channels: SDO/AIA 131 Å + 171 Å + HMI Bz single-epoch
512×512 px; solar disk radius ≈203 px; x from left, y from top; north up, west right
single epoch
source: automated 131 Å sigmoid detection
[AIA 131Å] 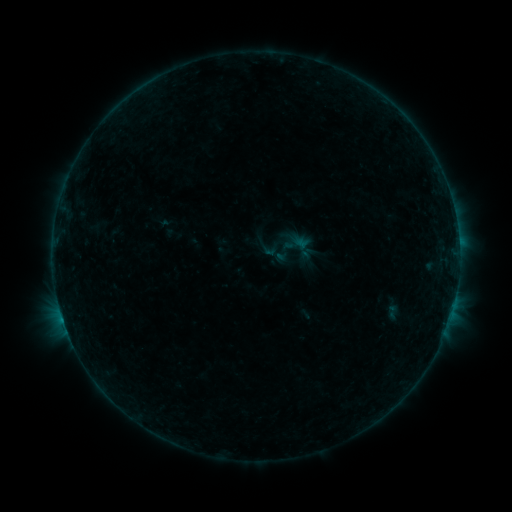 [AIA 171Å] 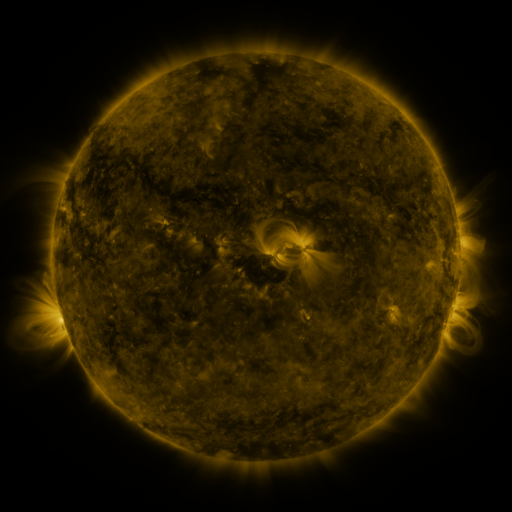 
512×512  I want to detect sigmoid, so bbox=[280, 229, 316, 263].